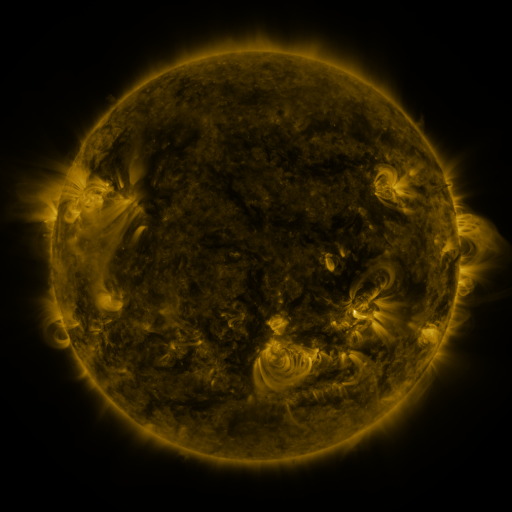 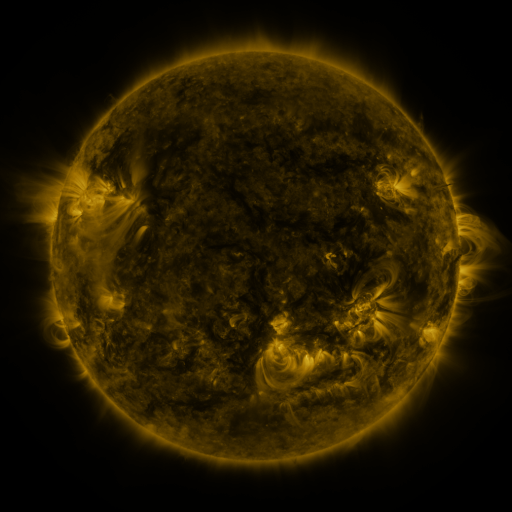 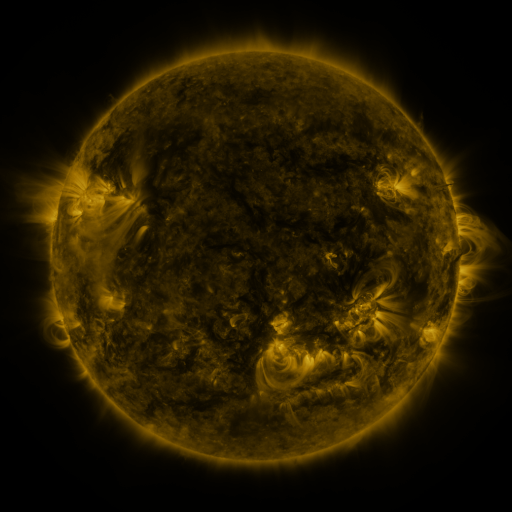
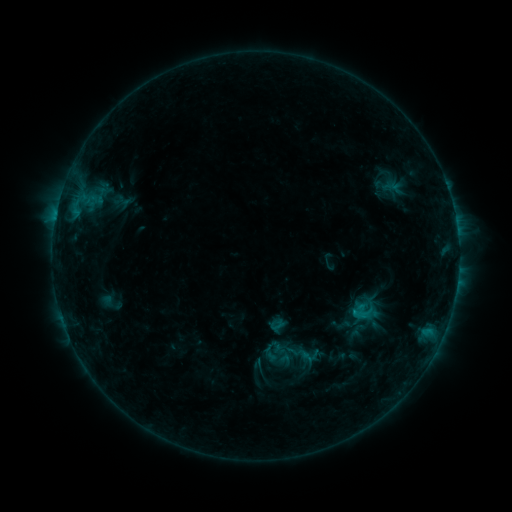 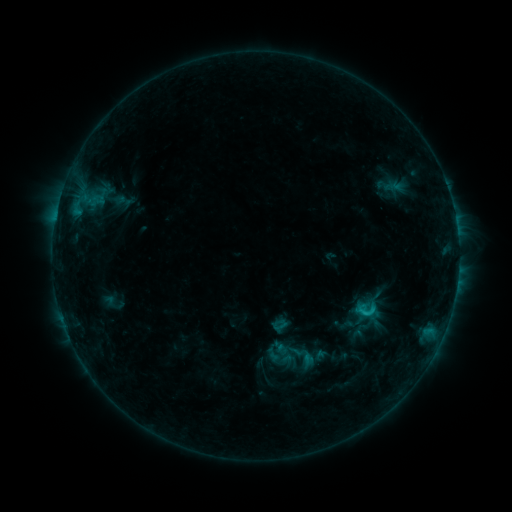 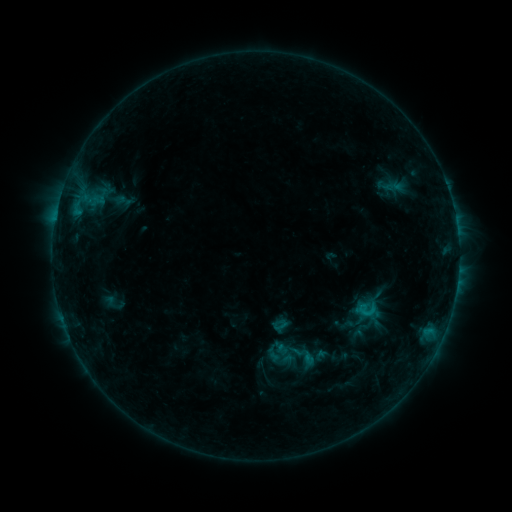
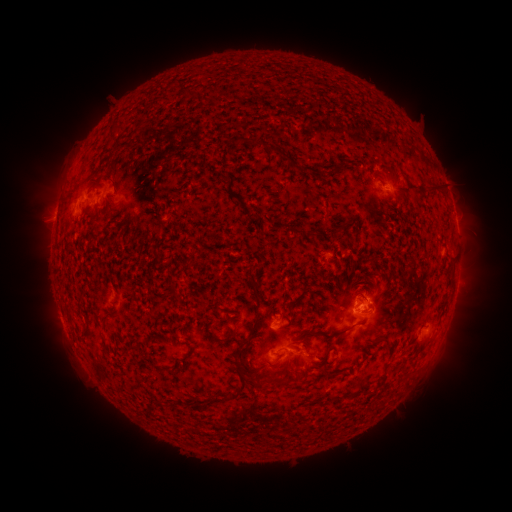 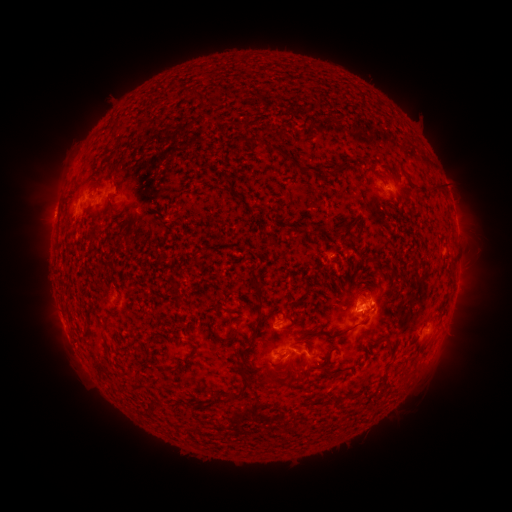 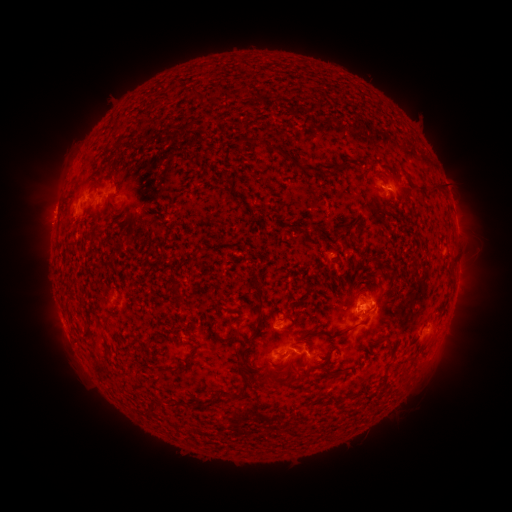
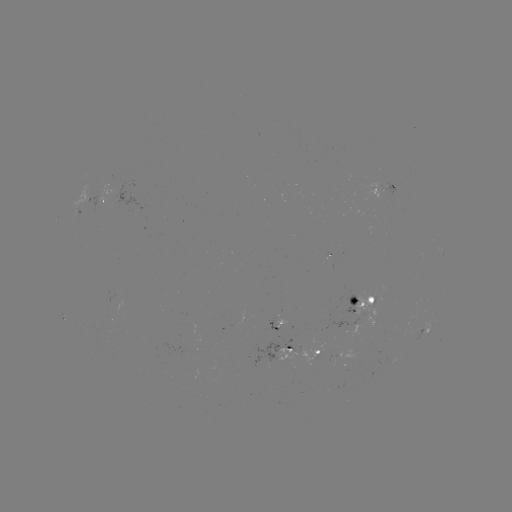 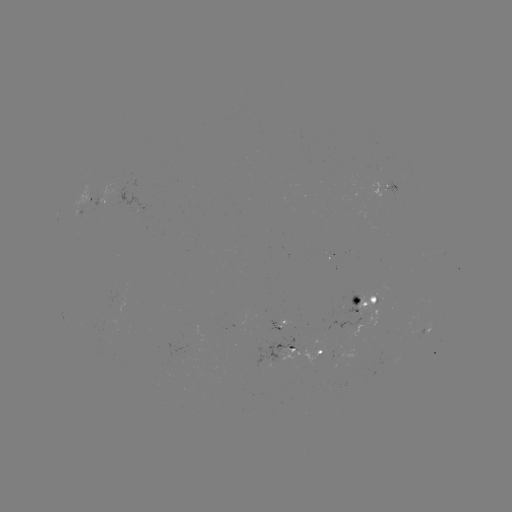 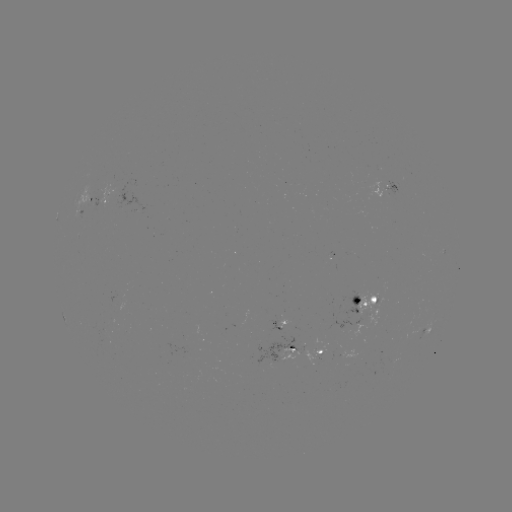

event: emerging-flux region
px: (287, 353)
